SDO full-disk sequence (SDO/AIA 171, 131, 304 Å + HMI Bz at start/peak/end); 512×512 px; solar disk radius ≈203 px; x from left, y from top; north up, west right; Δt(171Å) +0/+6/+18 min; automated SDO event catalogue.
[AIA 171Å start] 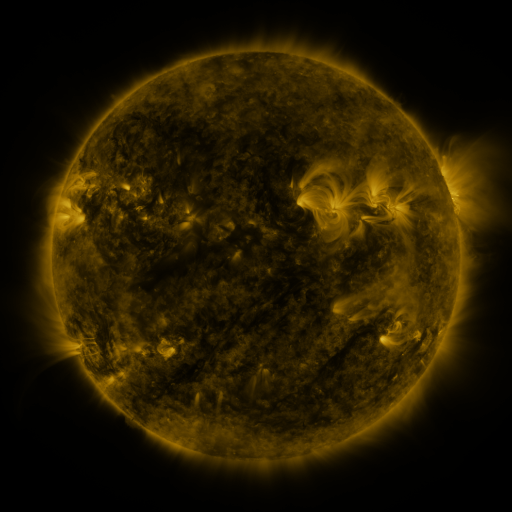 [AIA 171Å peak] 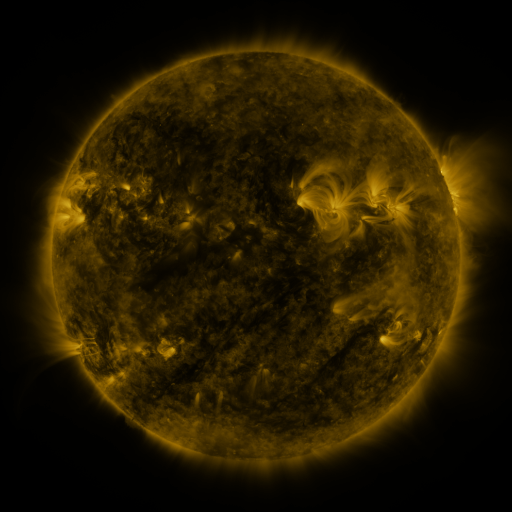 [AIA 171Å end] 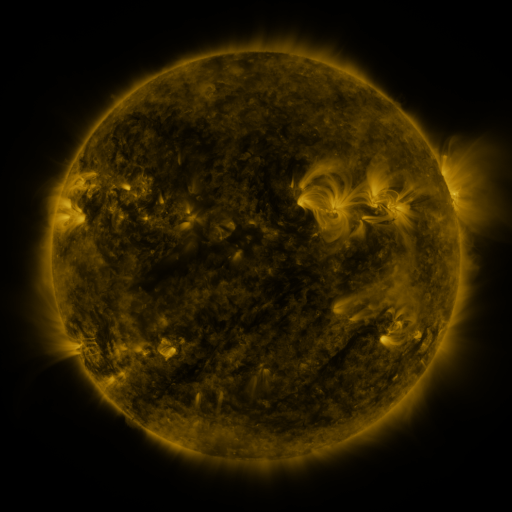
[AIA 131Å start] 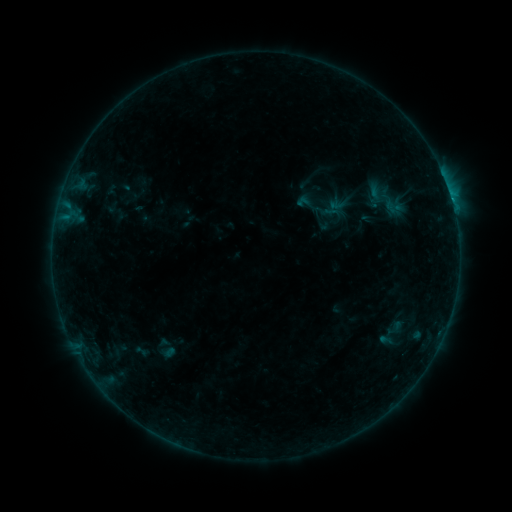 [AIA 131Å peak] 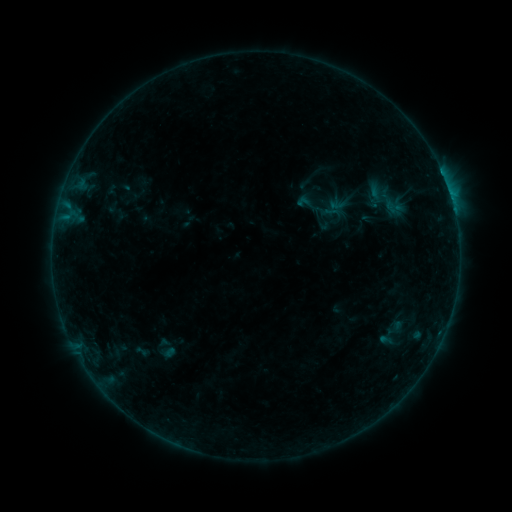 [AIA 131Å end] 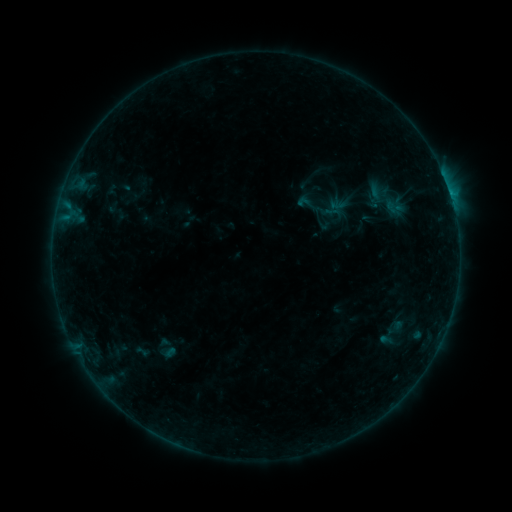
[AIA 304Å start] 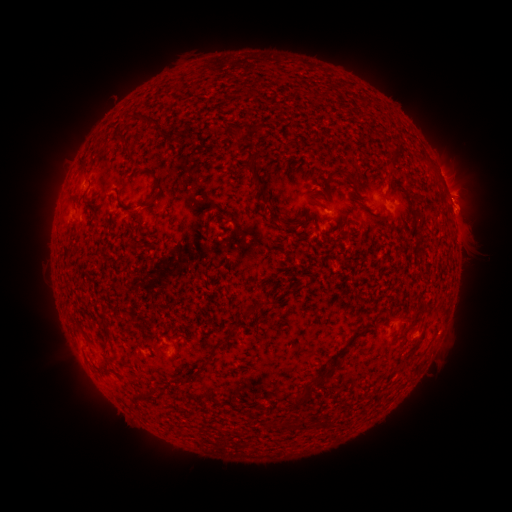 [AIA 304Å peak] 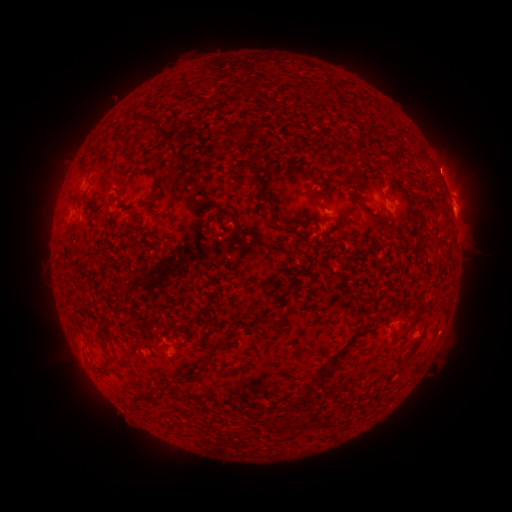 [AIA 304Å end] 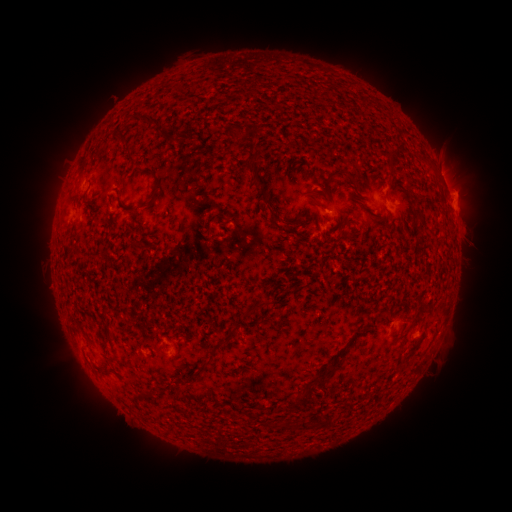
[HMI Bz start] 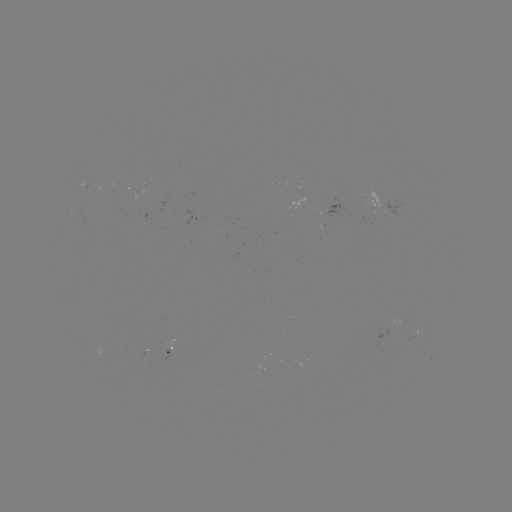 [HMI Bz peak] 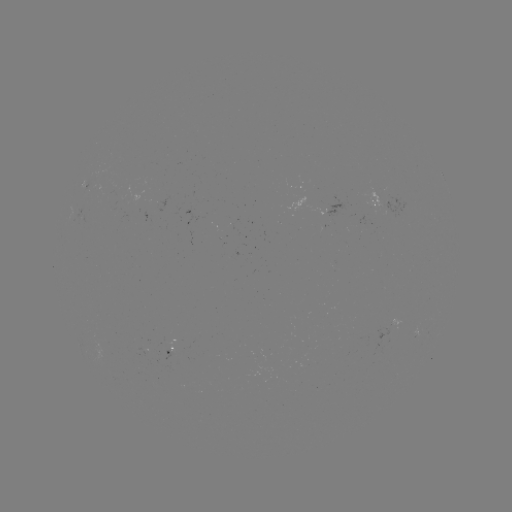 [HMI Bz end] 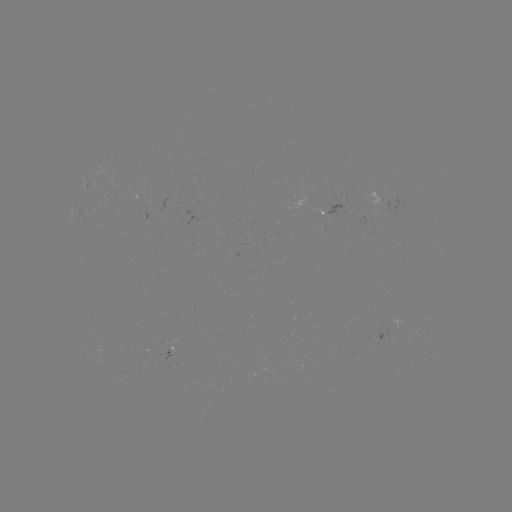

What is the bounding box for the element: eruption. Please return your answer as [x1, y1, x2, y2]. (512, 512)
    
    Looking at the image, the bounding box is [418, 133, 490, 234].